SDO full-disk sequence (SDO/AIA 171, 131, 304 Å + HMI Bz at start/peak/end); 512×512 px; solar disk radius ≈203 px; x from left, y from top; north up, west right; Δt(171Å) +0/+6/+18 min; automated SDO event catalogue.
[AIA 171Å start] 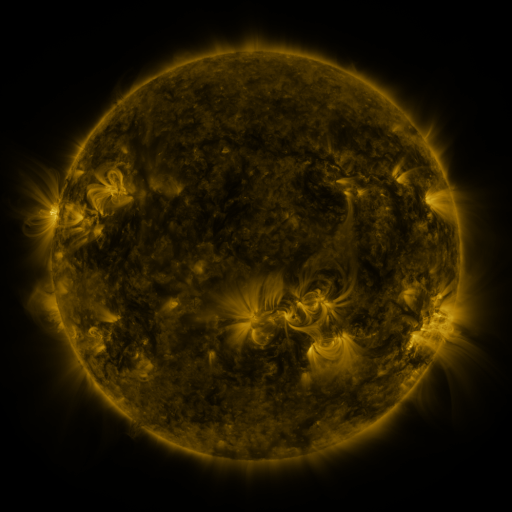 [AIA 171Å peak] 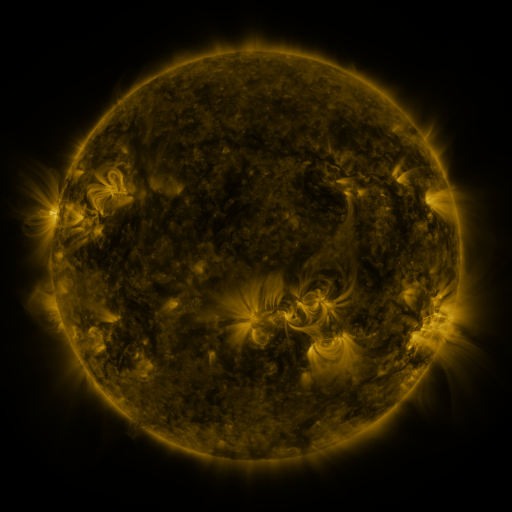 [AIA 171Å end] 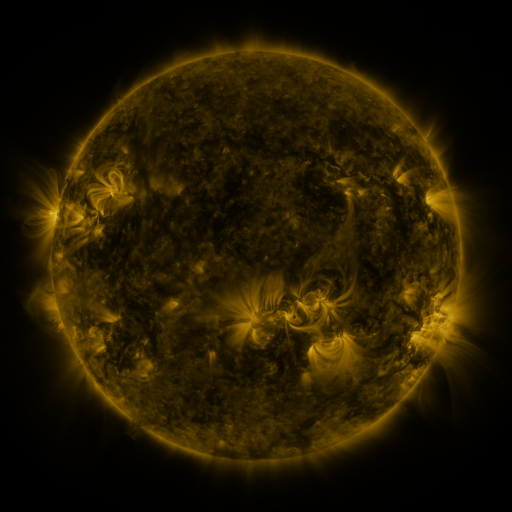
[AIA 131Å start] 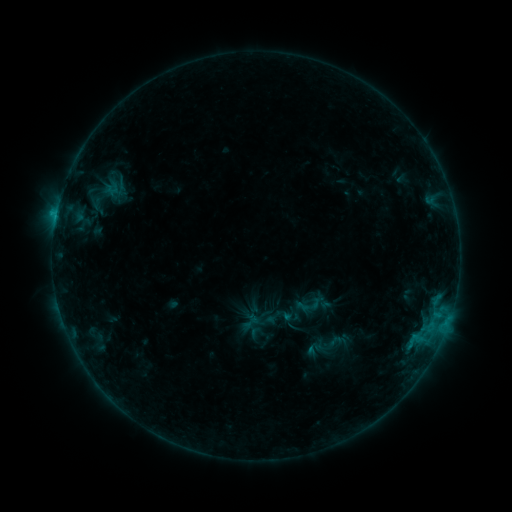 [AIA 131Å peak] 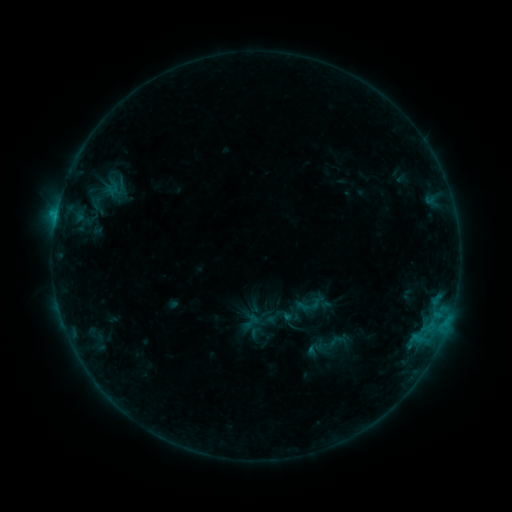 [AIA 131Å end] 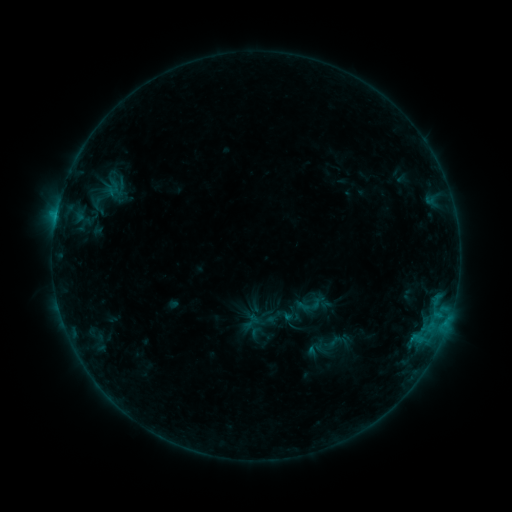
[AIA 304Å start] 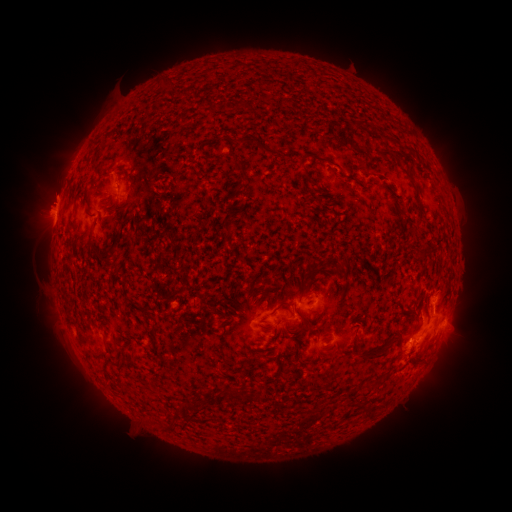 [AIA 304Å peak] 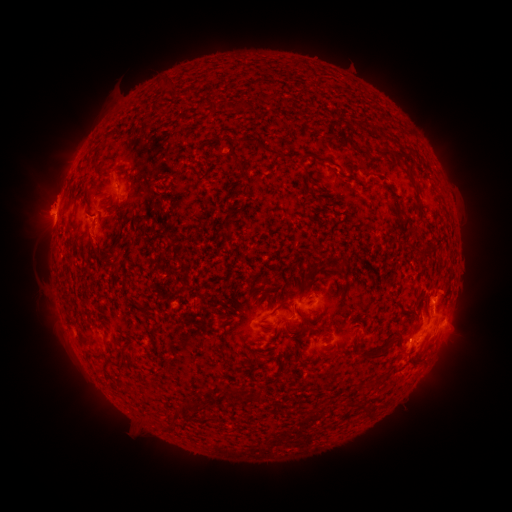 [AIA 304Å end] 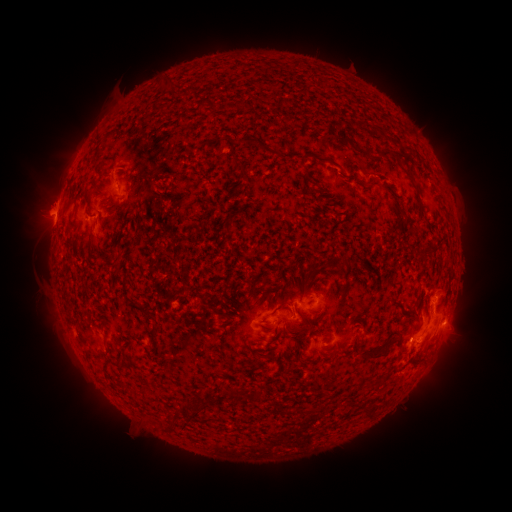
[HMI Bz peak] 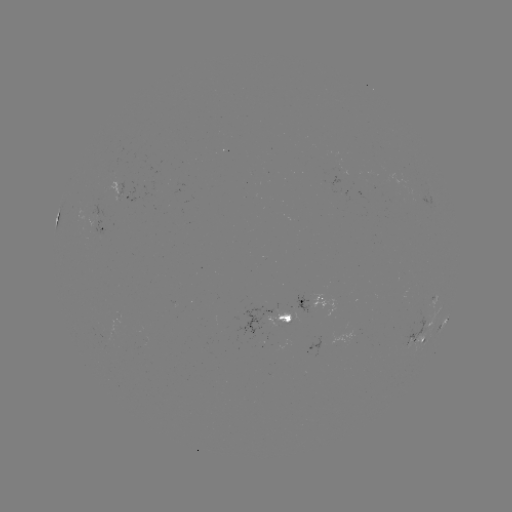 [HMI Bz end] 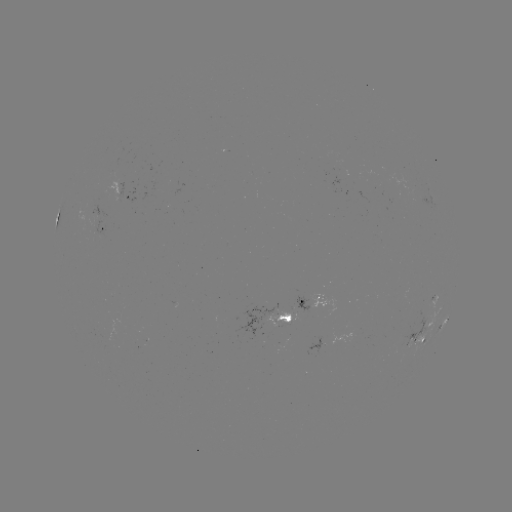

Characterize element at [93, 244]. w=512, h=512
eruption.